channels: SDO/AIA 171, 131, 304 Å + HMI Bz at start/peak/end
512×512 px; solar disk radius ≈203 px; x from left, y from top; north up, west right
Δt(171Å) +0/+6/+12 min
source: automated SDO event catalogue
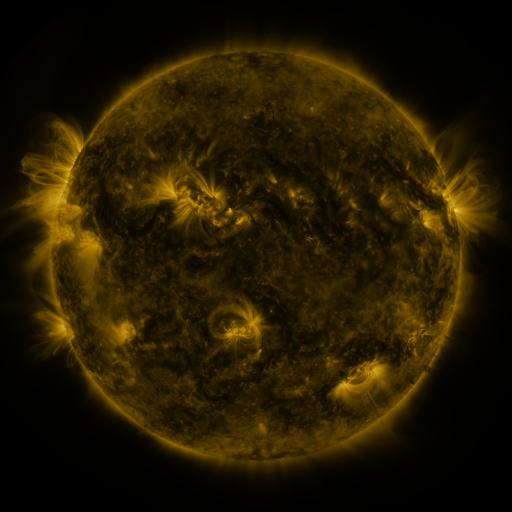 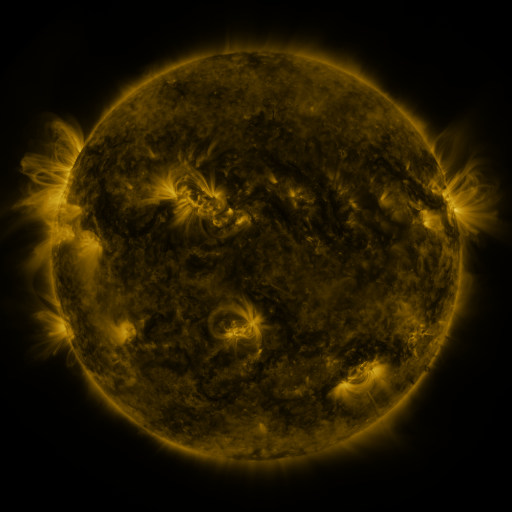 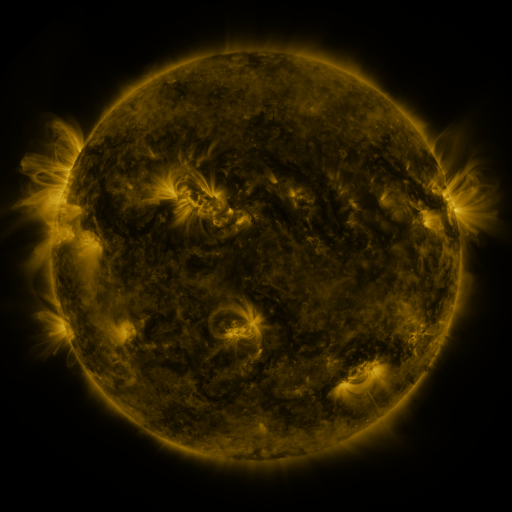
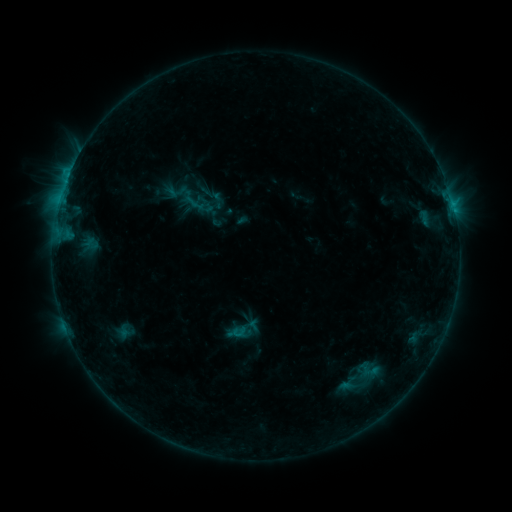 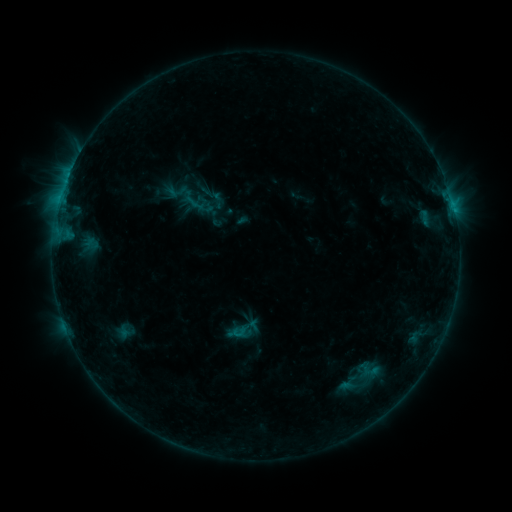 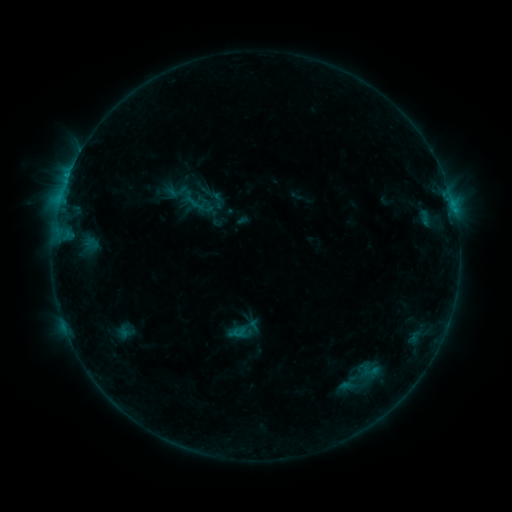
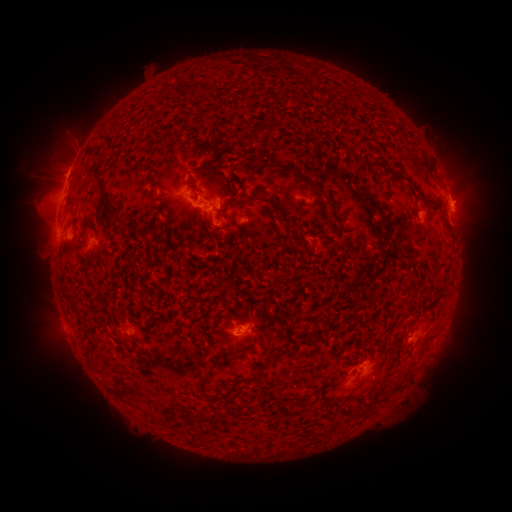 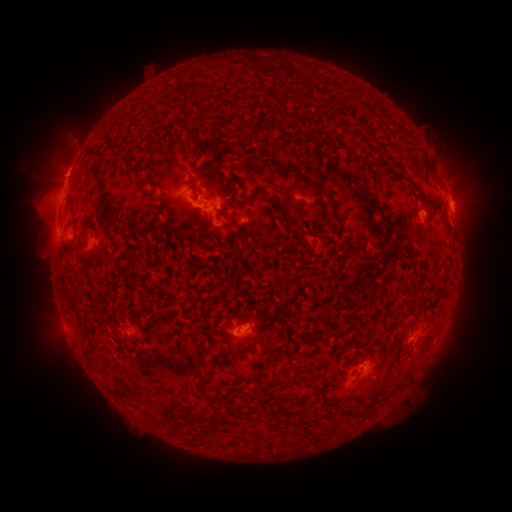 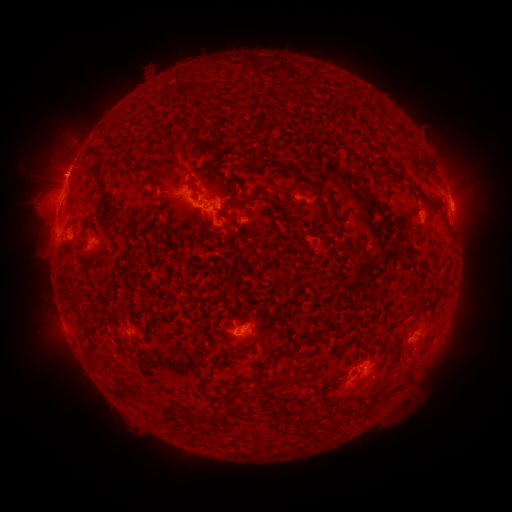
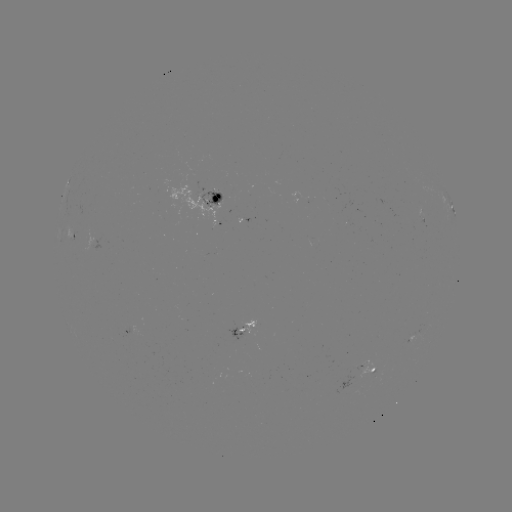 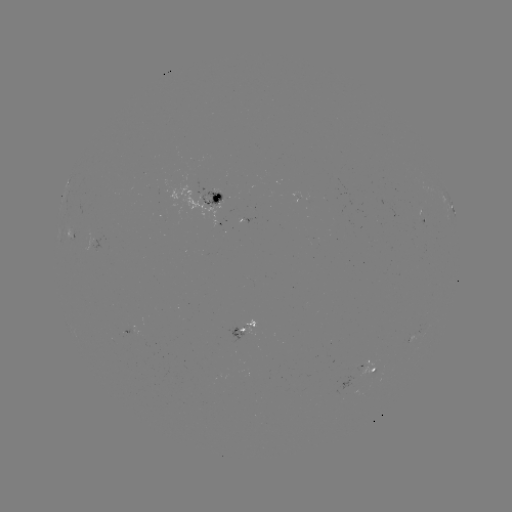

no flare in any classed list; no EUV-trigger detection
